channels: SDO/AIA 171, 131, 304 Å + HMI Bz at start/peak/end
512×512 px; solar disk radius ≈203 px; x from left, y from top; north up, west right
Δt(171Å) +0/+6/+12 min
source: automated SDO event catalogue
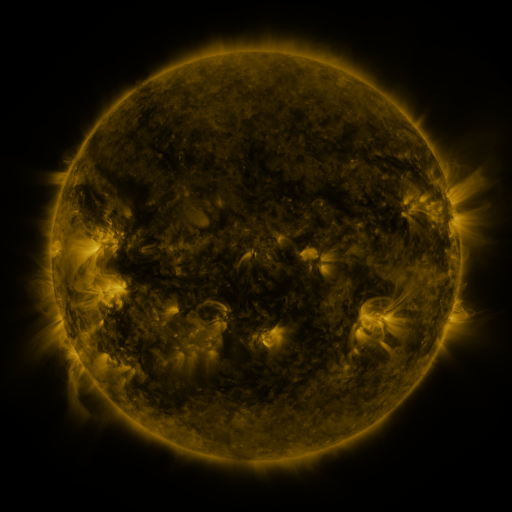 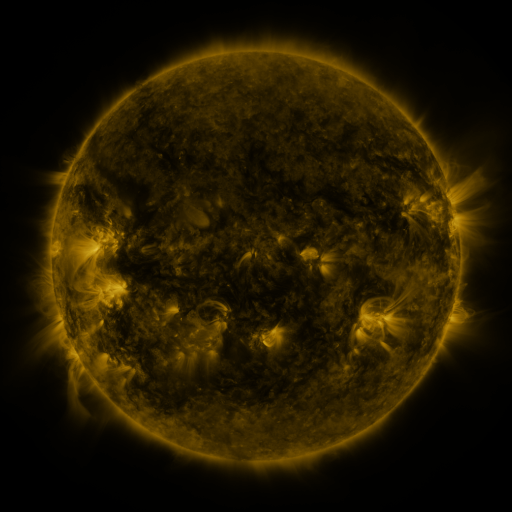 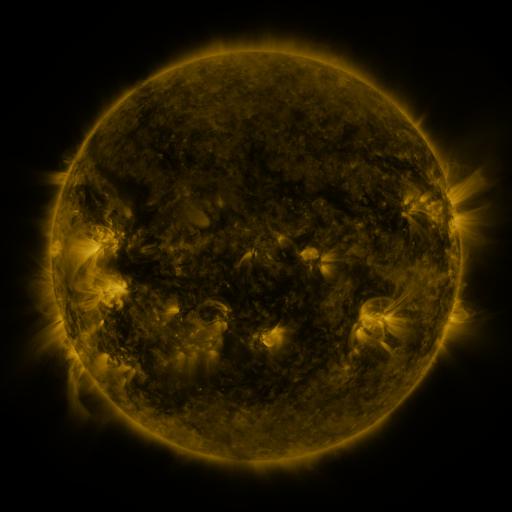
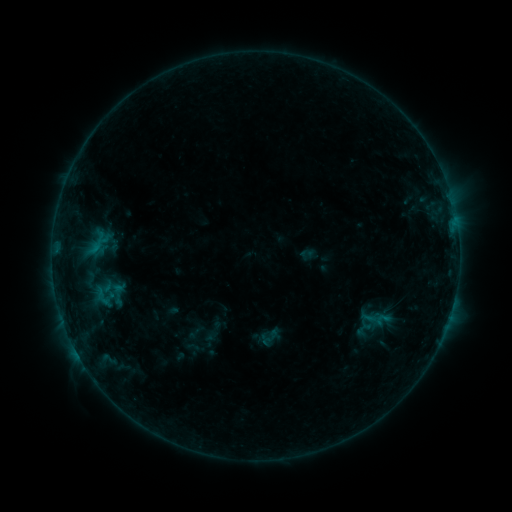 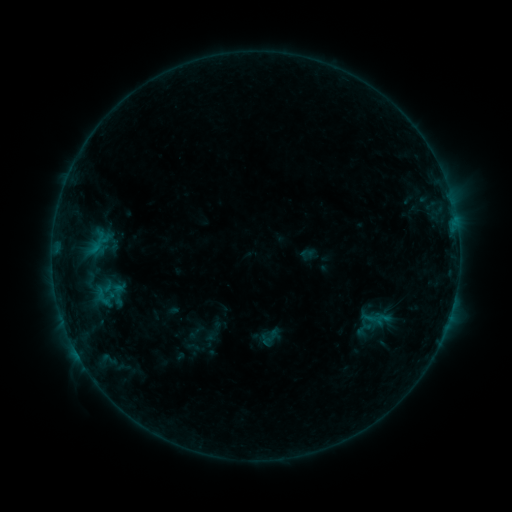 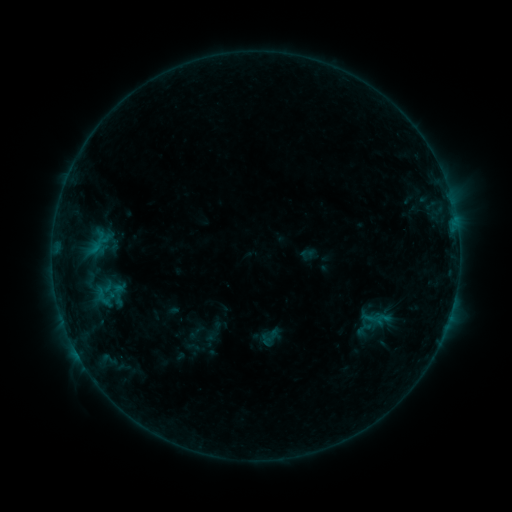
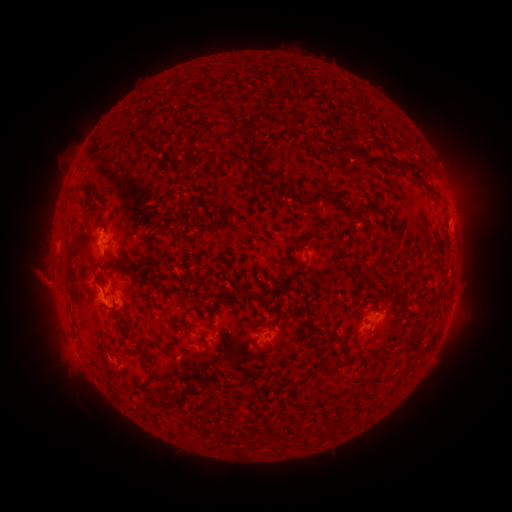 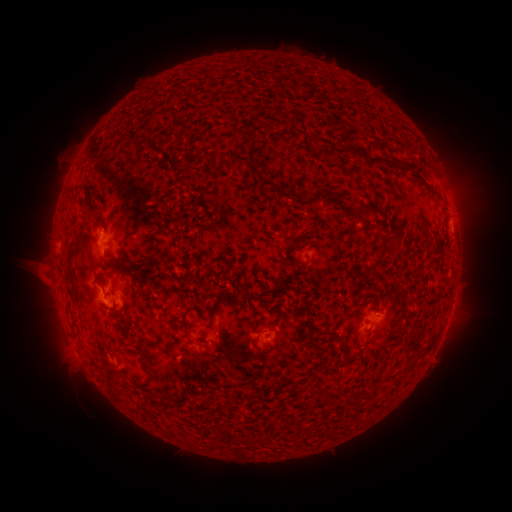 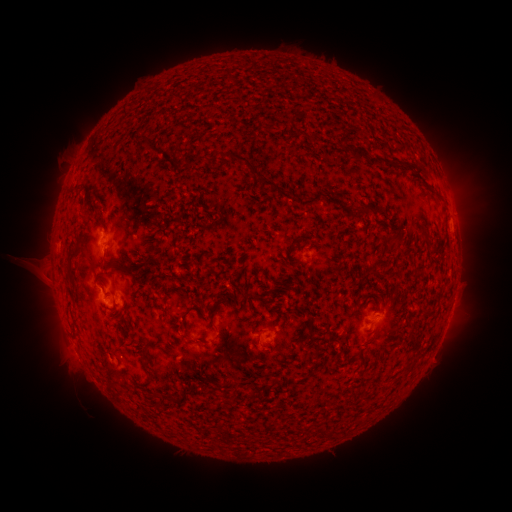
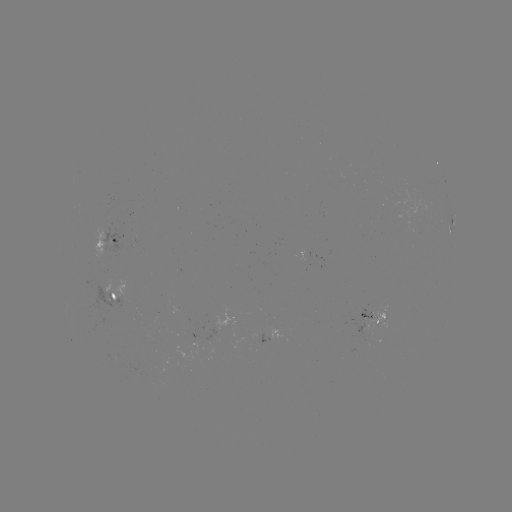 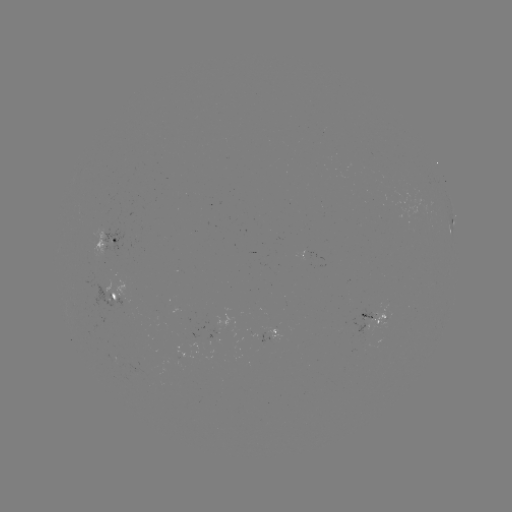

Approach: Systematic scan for eruption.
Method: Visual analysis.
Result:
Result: eruption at [39, 270].